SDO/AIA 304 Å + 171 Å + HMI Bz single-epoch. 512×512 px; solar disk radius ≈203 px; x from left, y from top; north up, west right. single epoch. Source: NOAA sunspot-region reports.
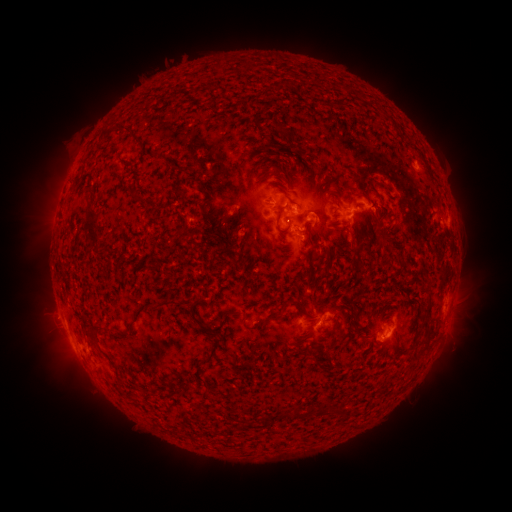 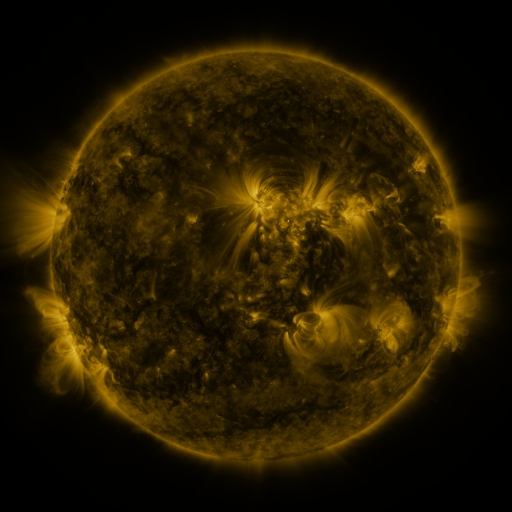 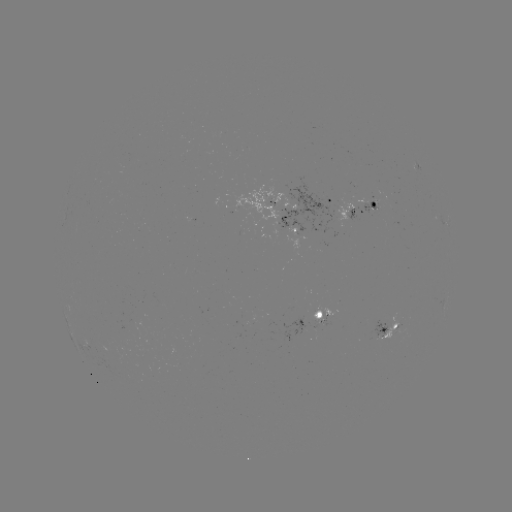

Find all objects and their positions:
spotted active region: (335, 200)
spotted active region: (286, 203)
spotted active region: (363, 203)
spotted active region: (294, 235)
spotted active region: (319, 319)
spotted active region: (388, 329)
